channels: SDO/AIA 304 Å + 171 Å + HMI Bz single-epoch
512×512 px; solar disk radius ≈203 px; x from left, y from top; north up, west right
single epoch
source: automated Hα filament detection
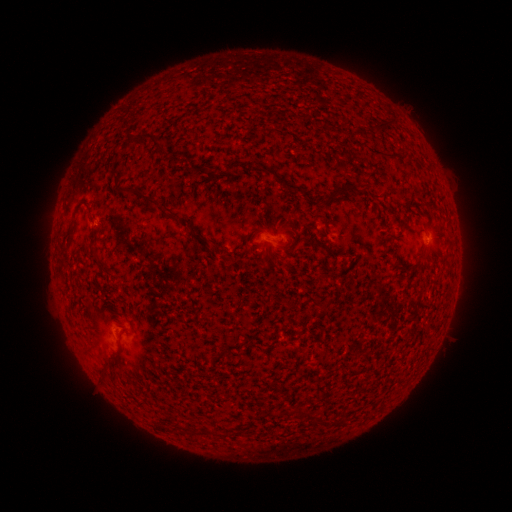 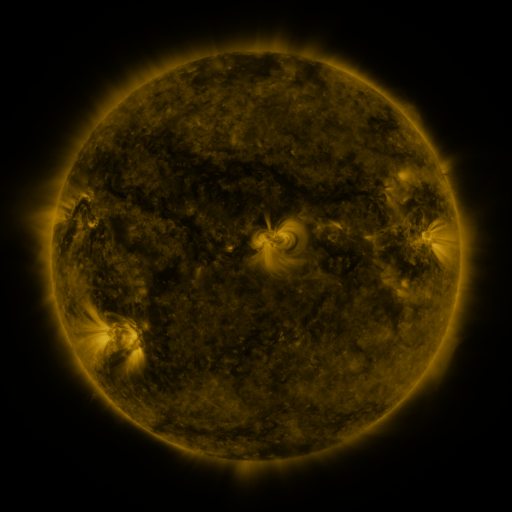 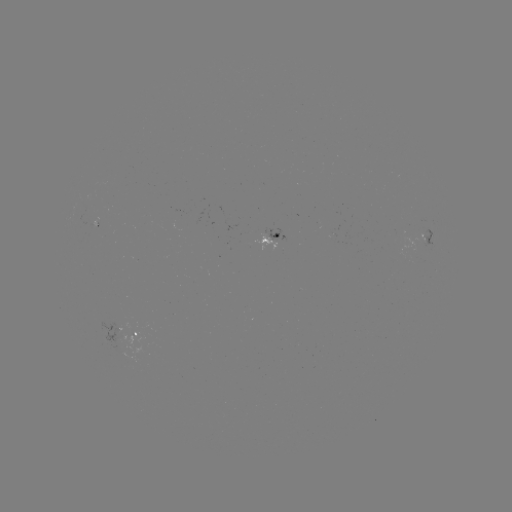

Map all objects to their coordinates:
filament: (380, 124)
filament: (144, 138)
filament: (160, 153)
filament: (262, 170)
filament: (343, 189)
filament: (134, 191)
filament: (152, 201)
filament: (199, 240)
filament: (424, 254)
filament: (99, 262)
filament: (308, 413)
filament: (322, 418)
